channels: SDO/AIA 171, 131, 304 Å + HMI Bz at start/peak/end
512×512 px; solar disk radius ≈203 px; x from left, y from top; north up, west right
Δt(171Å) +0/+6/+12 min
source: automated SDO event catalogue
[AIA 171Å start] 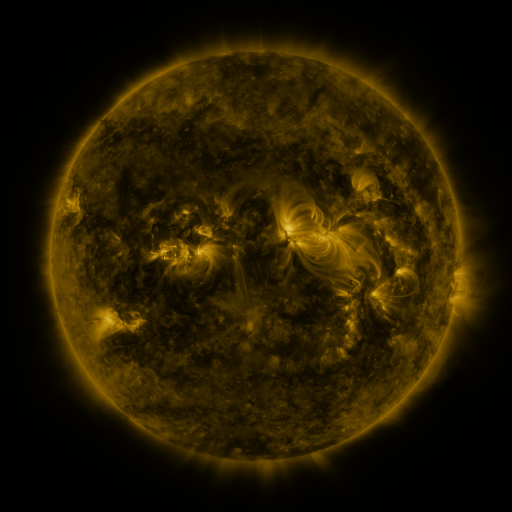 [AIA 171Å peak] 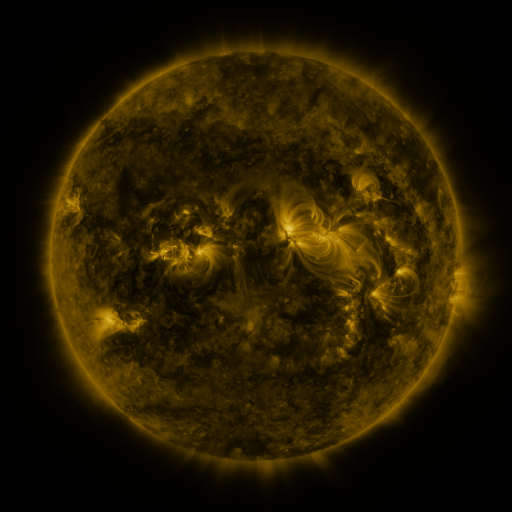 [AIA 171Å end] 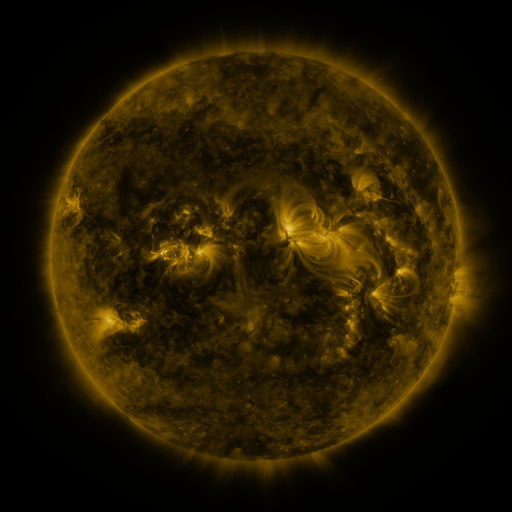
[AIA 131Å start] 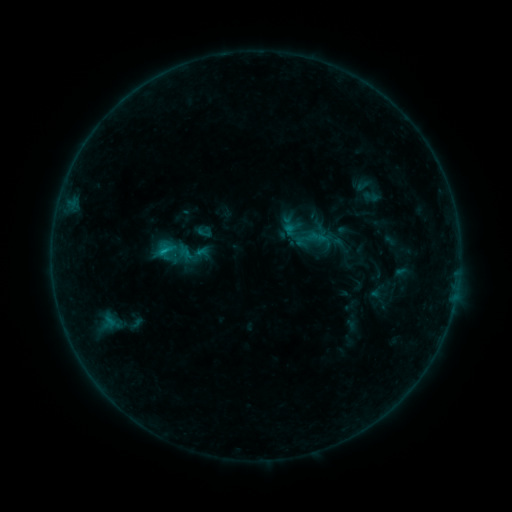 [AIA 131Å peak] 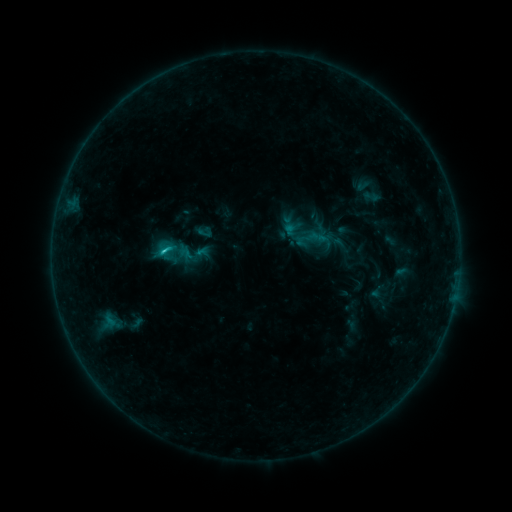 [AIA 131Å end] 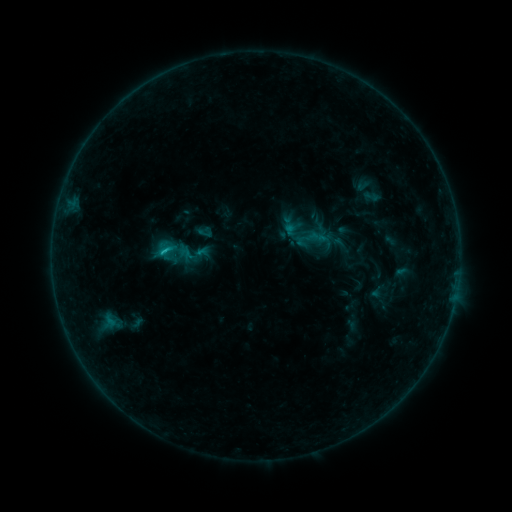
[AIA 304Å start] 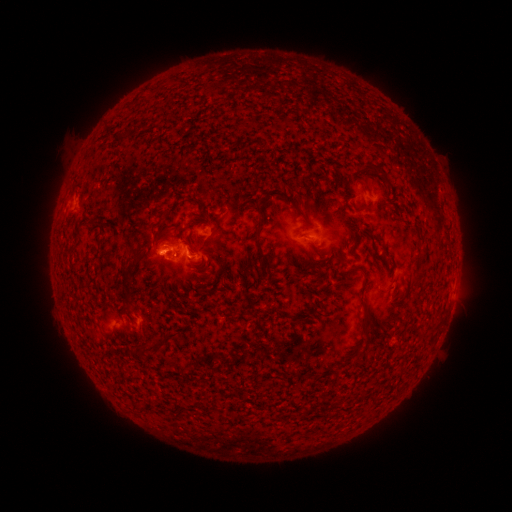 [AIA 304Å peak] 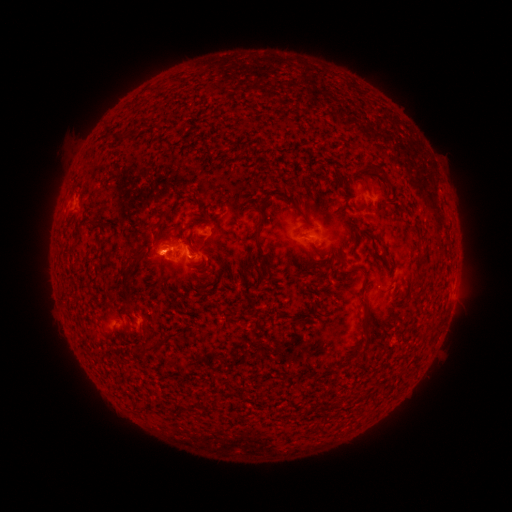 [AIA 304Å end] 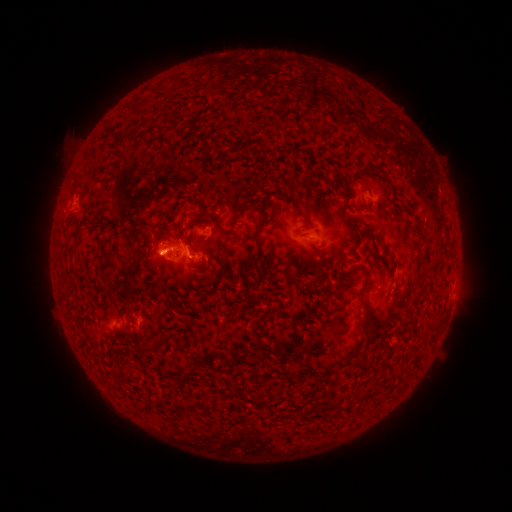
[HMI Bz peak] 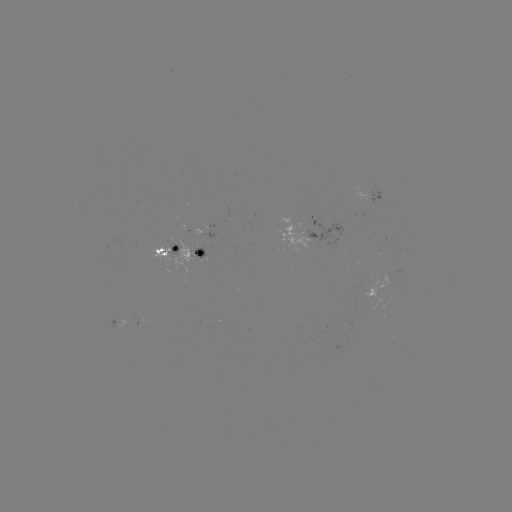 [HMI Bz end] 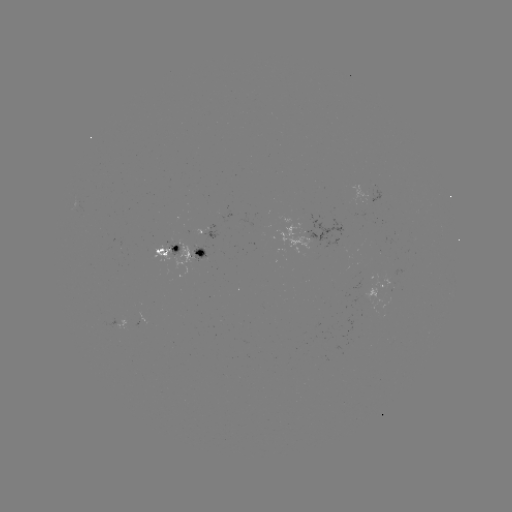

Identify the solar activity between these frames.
B9.0 flare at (163, 255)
